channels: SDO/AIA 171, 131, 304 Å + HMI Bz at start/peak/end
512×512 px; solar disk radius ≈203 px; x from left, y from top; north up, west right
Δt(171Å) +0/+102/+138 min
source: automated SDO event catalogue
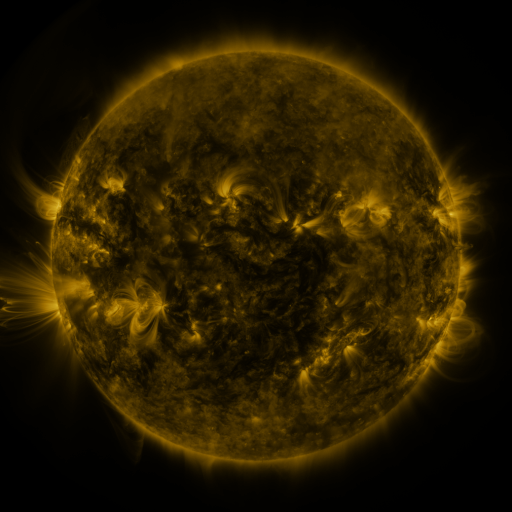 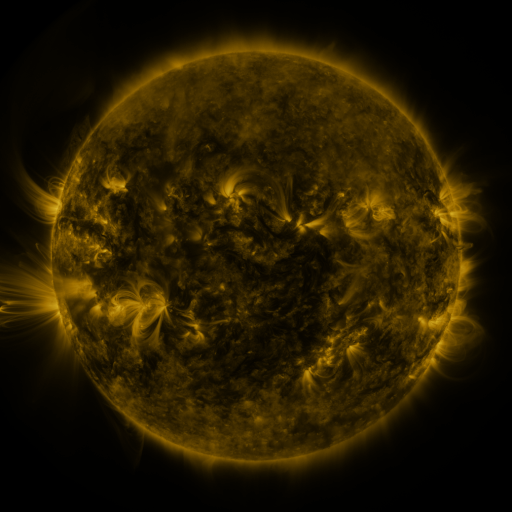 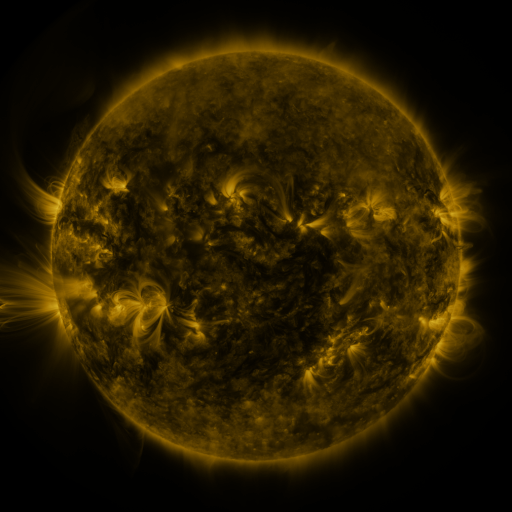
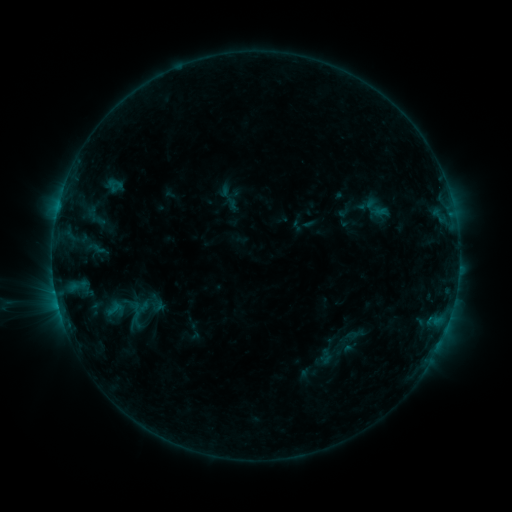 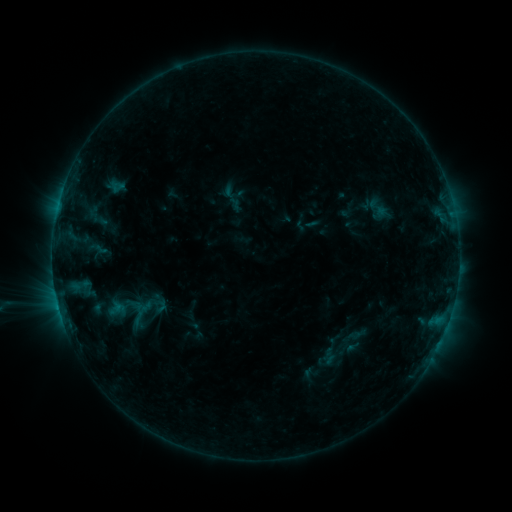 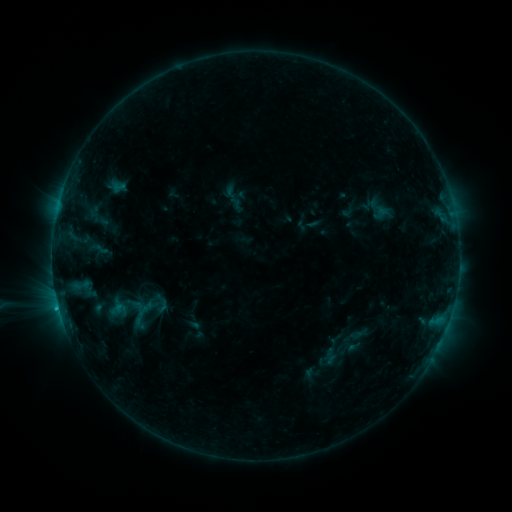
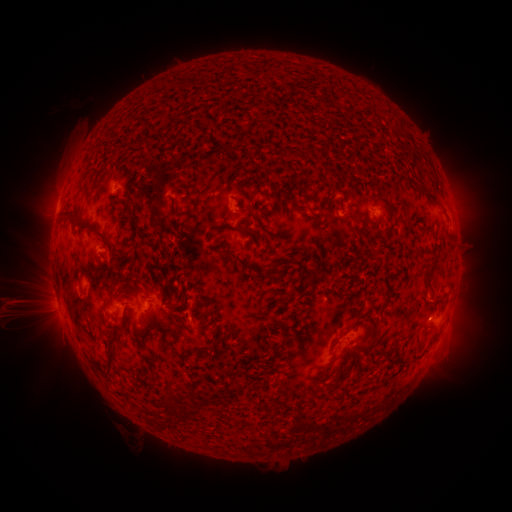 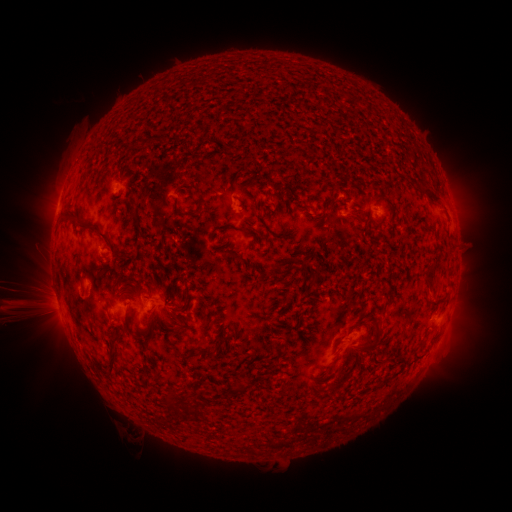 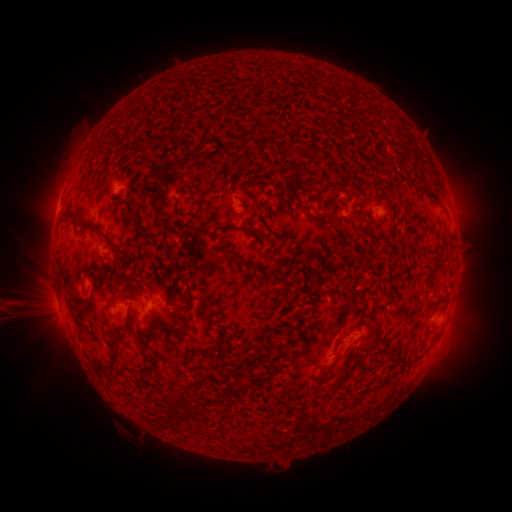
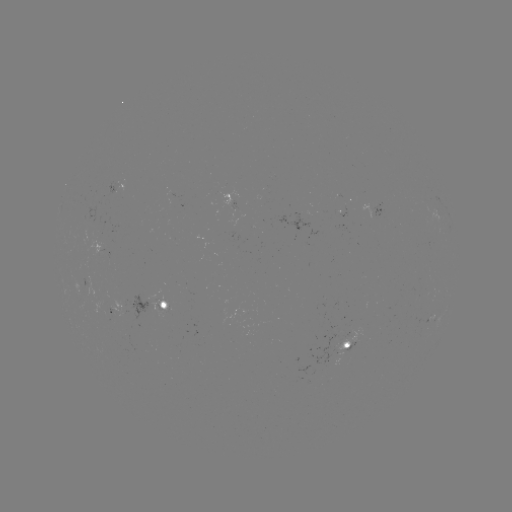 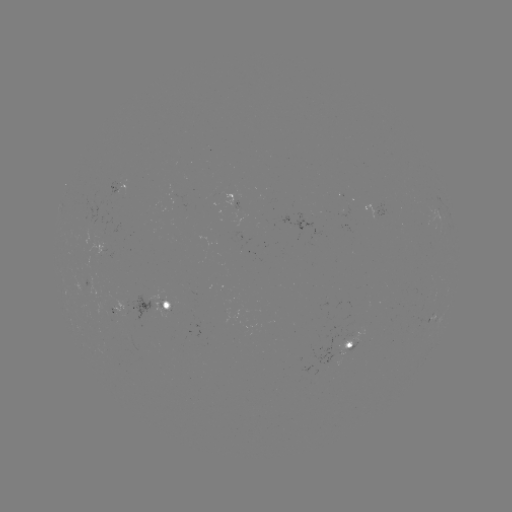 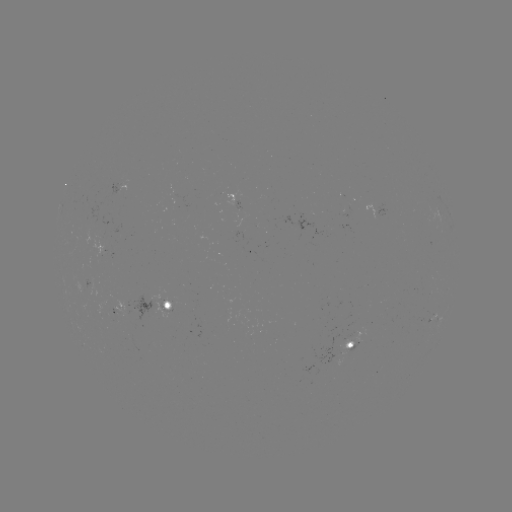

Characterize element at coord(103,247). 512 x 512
emerging-flux region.